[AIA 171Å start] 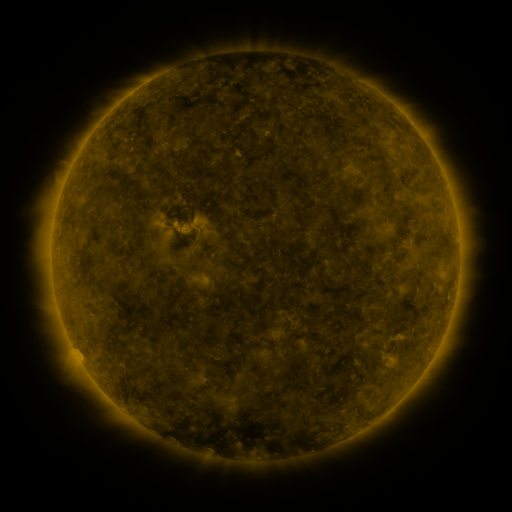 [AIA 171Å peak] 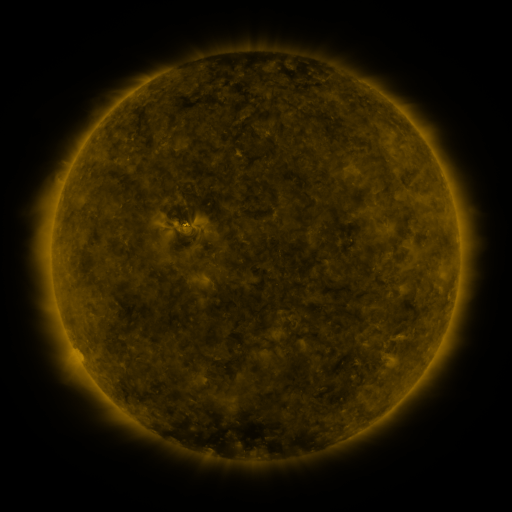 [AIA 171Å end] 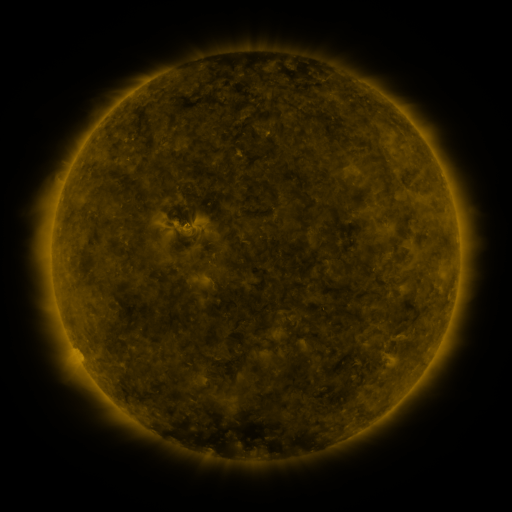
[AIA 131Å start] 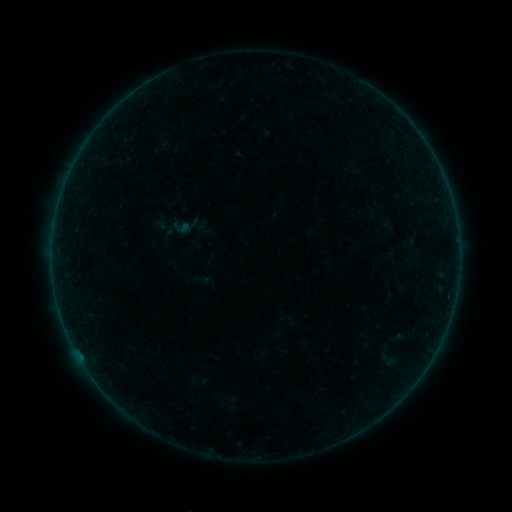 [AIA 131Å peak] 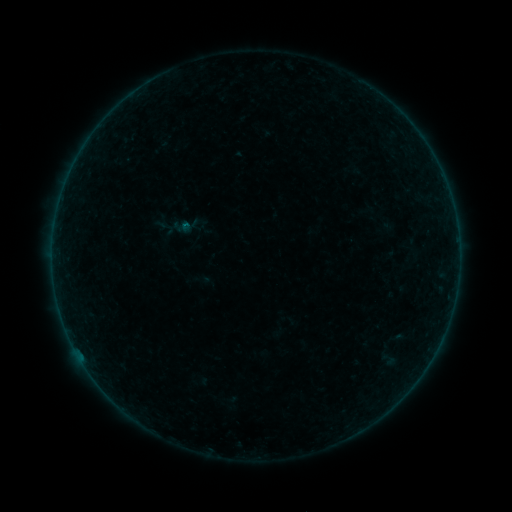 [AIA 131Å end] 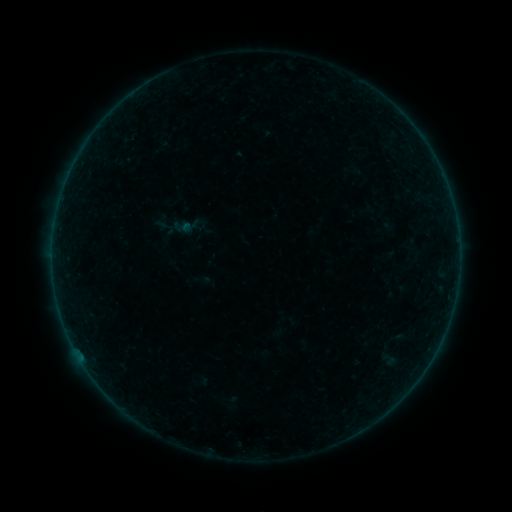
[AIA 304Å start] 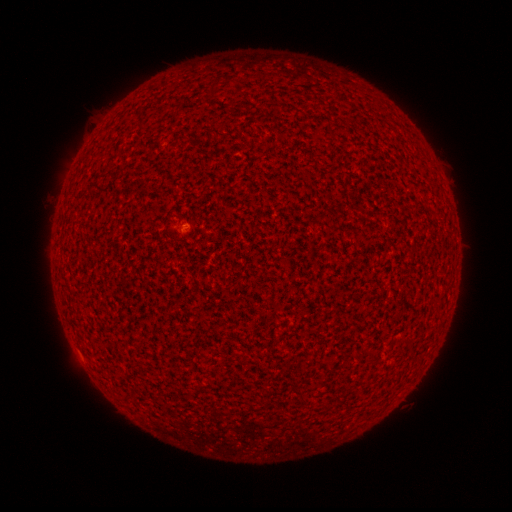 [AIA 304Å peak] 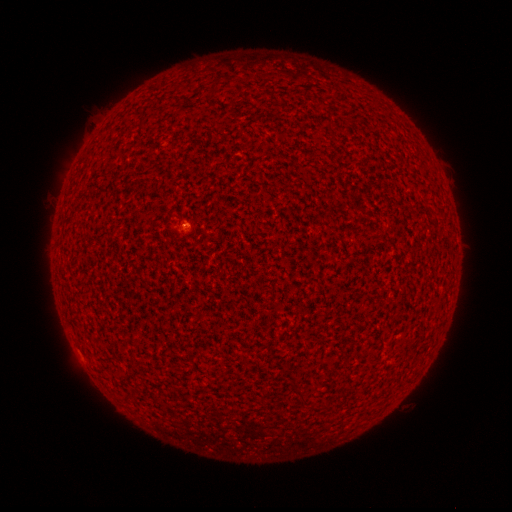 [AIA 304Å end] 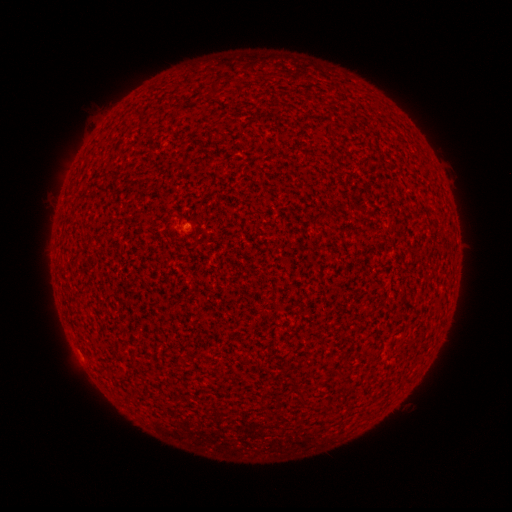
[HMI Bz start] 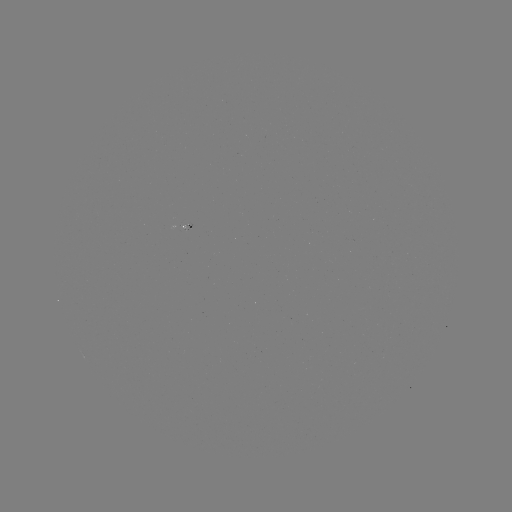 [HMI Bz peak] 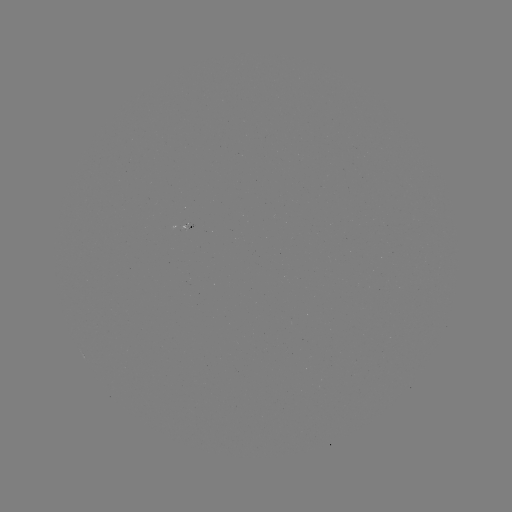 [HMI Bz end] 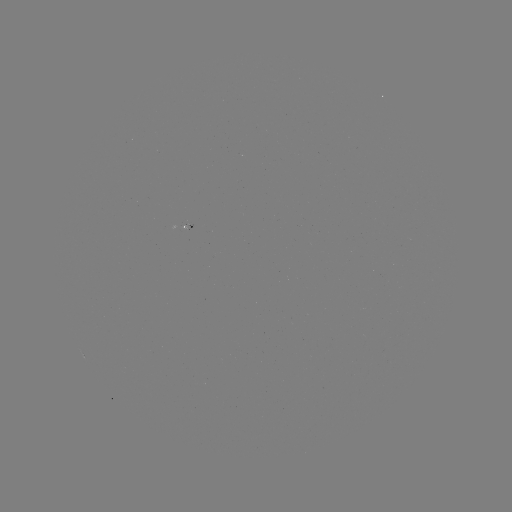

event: flare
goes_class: B1.1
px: (186, 227)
